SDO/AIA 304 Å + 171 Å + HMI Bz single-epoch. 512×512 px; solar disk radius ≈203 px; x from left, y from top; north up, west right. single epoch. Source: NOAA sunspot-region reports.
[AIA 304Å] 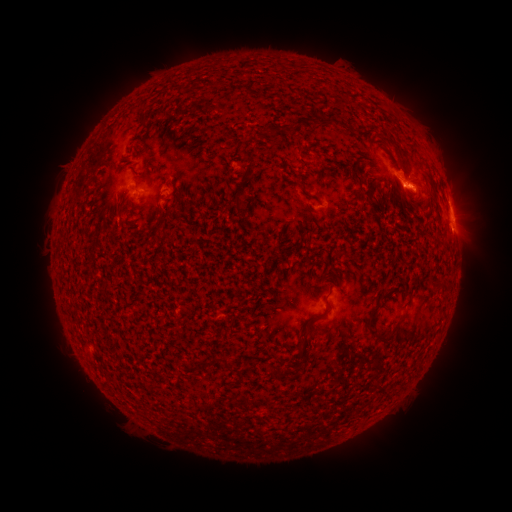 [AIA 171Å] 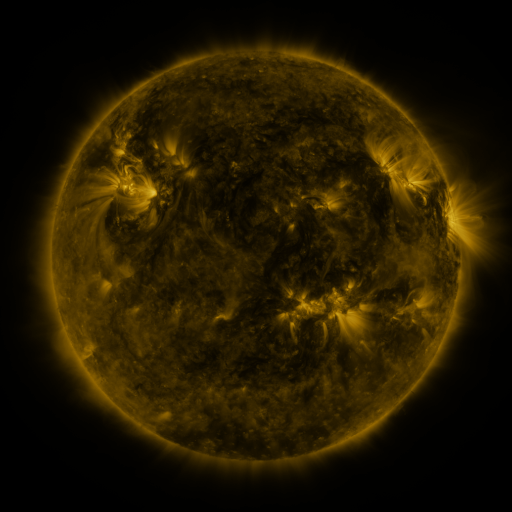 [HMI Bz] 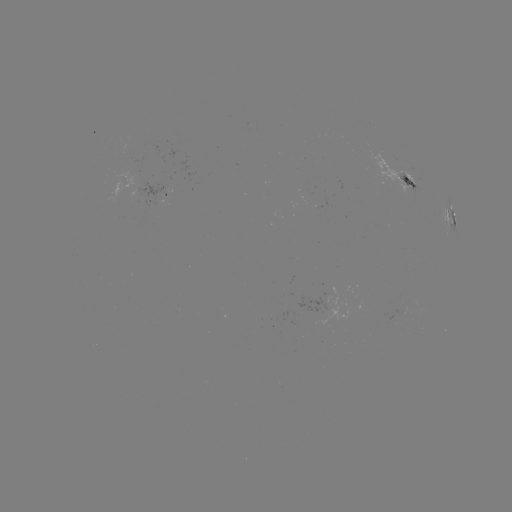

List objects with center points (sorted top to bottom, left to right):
spotted active region: (397, 176)
spotted active region: (157, 185)
spotted active region: (452, 219)
